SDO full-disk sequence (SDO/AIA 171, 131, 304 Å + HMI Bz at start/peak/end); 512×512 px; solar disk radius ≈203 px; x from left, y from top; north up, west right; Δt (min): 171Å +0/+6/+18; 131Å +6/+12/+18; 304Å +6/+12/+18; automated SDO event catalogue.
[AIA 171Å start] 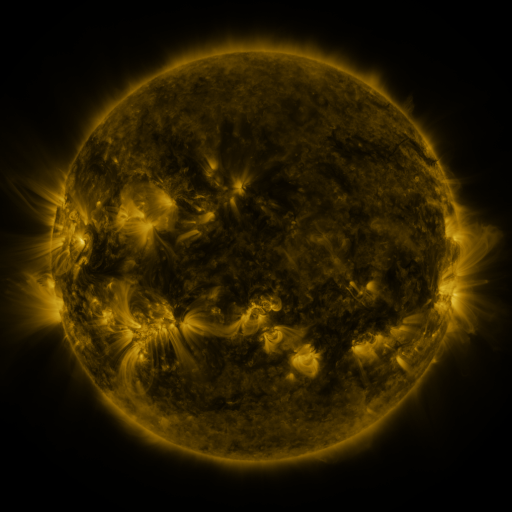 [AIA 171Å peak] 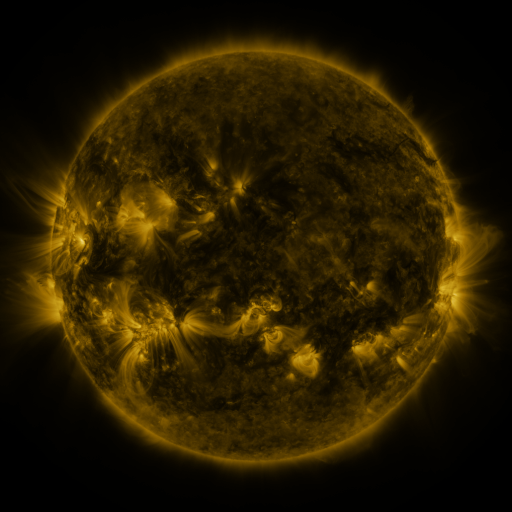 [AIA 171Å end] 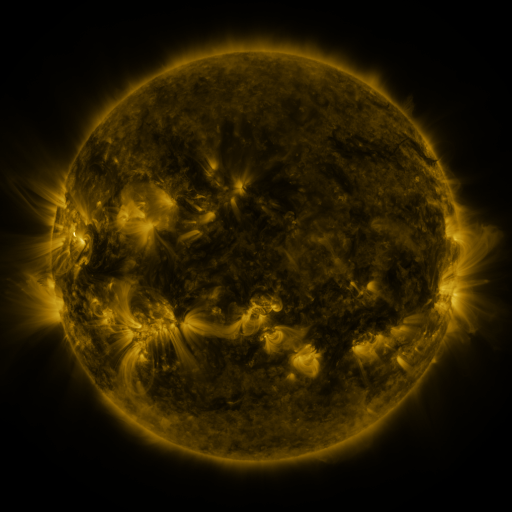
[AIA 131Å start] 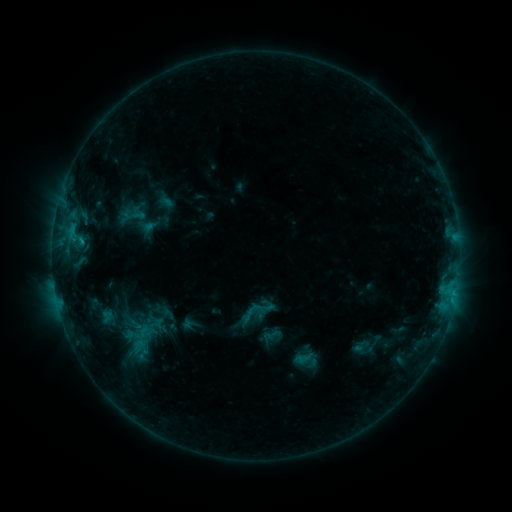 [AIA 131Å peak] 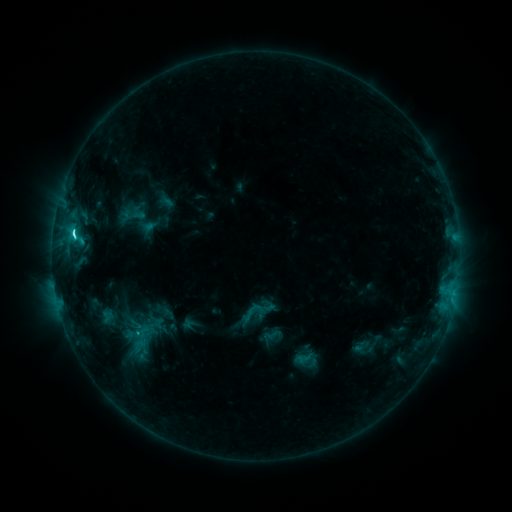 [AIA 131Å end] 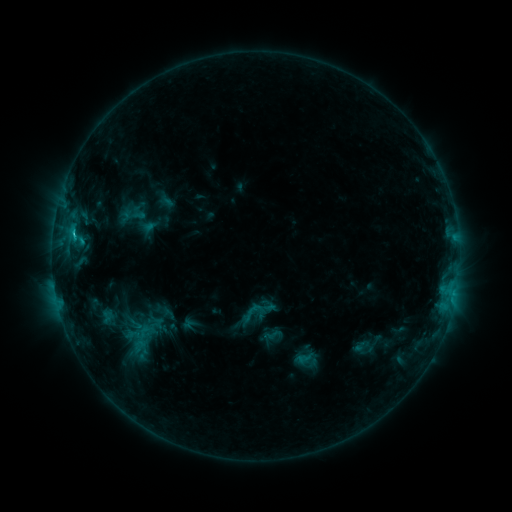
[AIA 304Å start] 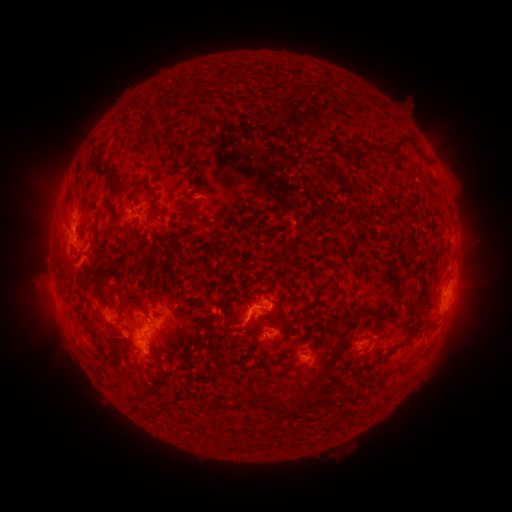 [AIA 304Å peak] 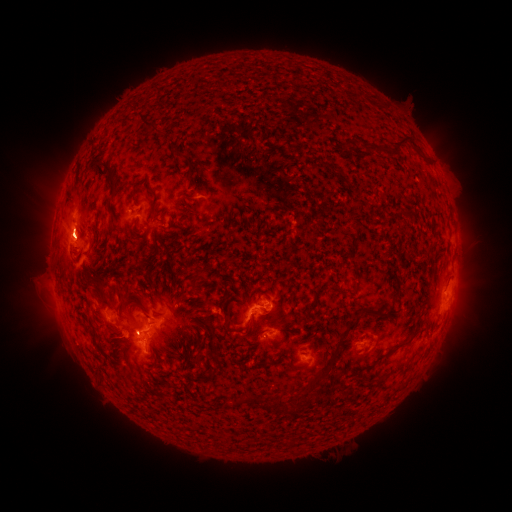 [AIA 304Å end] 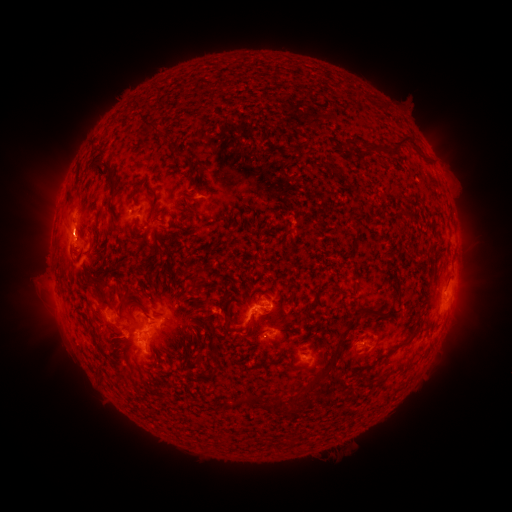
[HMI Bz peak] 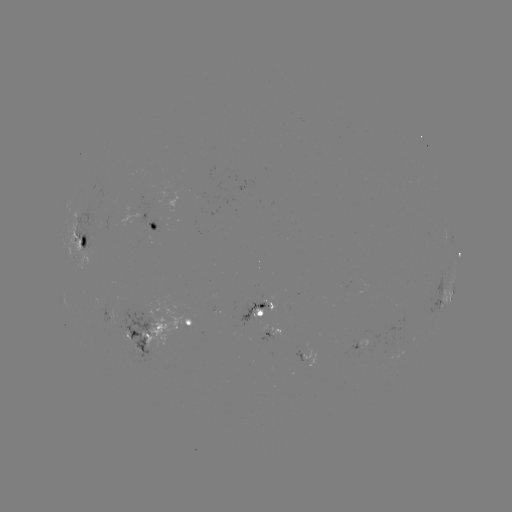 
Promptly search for C3.5 flare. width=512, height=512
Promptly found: (74, 235).